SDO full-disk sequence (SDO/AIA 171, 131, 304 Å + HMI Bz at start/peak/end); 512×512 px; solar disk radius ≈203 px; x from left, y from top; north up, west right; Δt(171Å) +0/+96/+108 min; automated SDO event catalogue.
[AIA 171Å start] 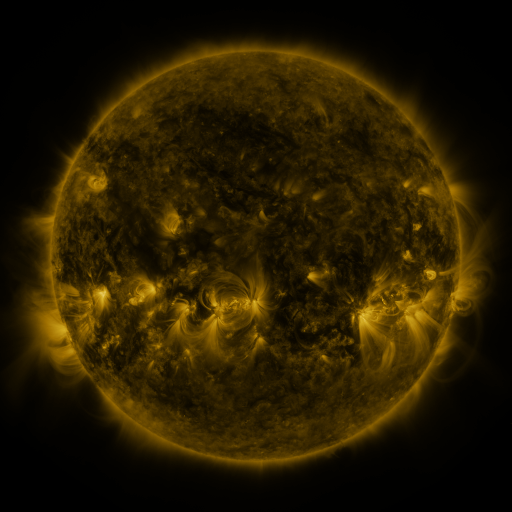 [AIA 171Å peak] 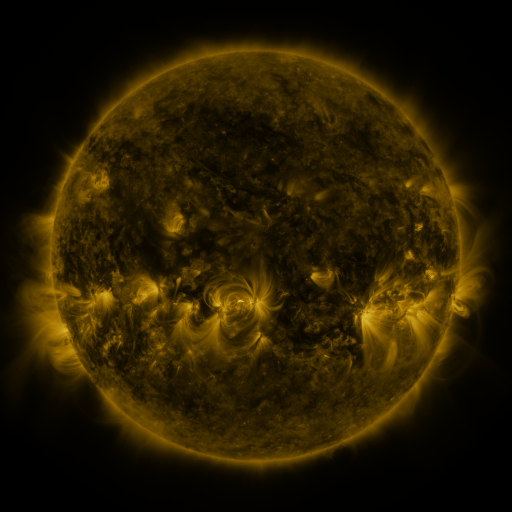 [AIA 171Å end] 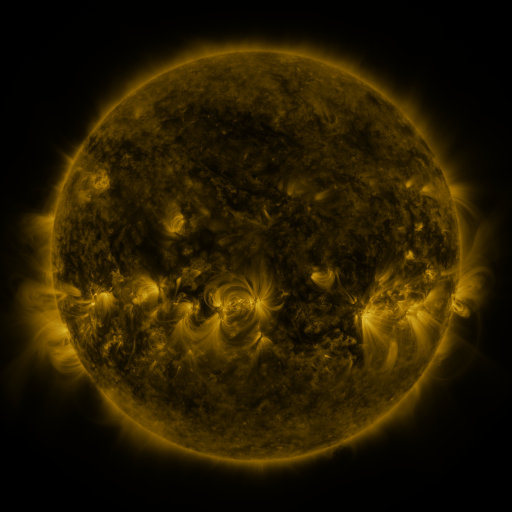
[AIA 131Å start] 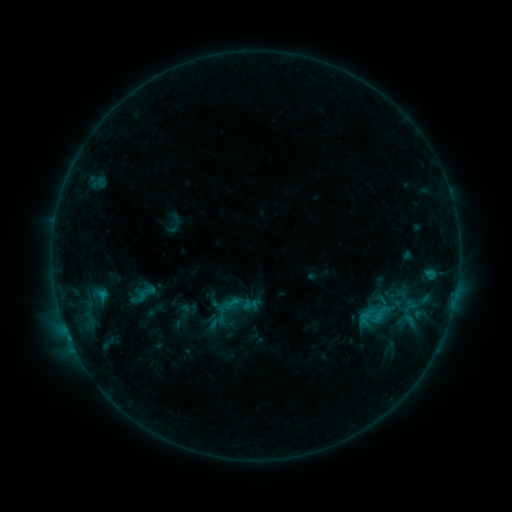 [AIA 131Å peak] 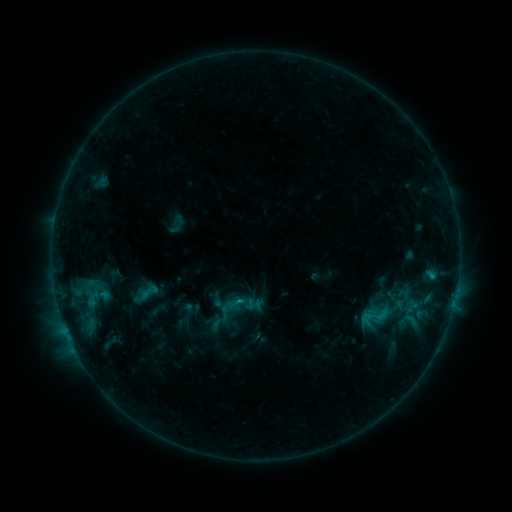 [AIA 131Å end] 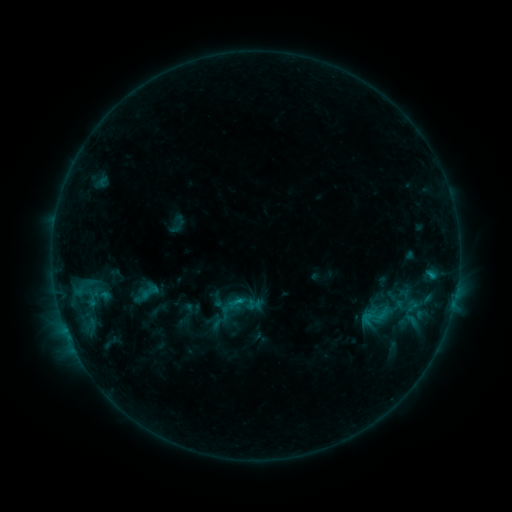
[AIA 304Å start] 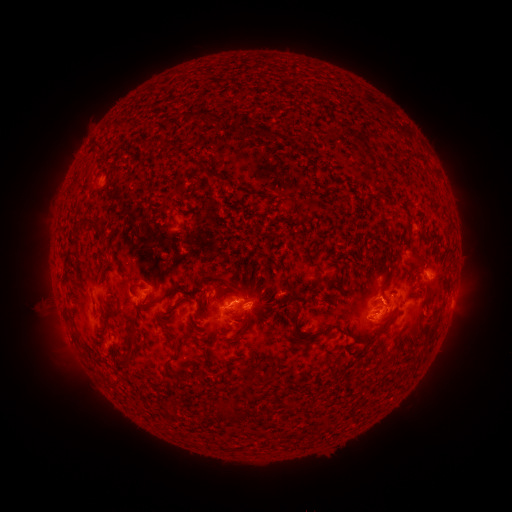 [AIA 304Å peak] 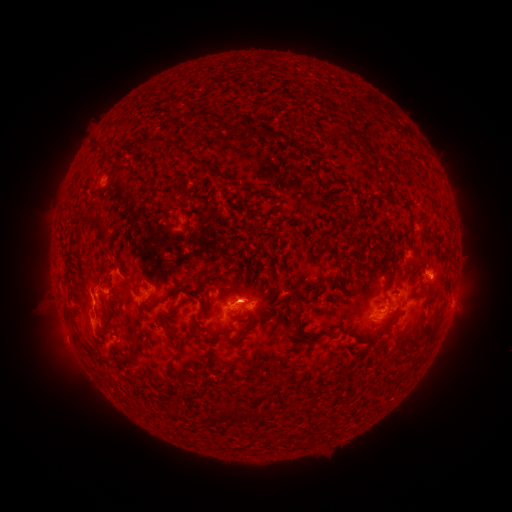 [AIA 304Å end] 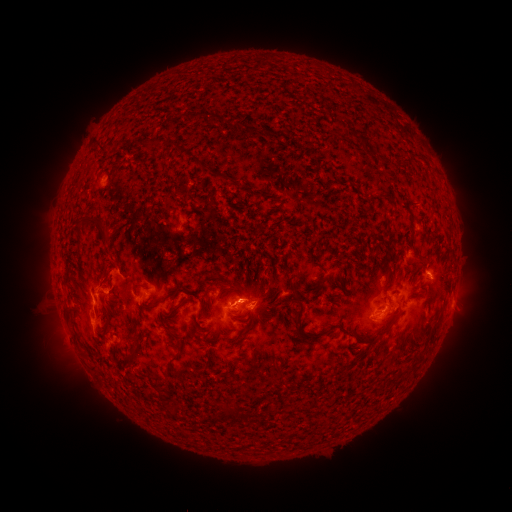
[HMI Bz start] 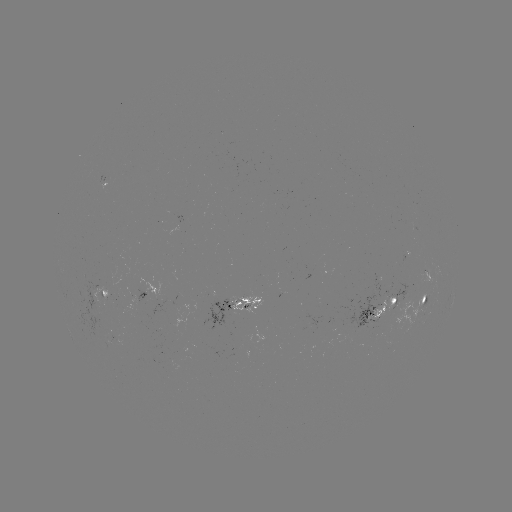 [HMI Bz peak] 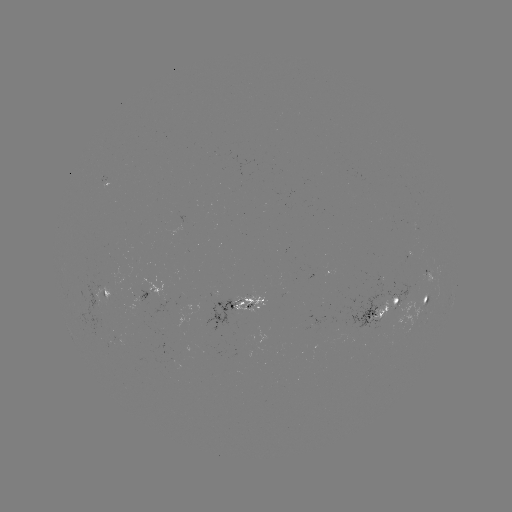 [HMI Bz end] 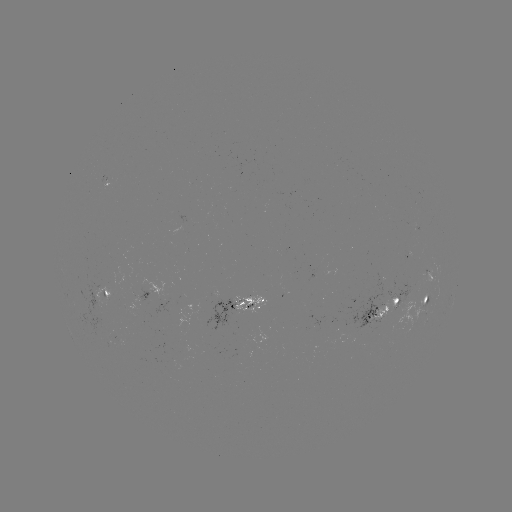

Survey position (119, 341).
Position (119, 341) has emerging-flux region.